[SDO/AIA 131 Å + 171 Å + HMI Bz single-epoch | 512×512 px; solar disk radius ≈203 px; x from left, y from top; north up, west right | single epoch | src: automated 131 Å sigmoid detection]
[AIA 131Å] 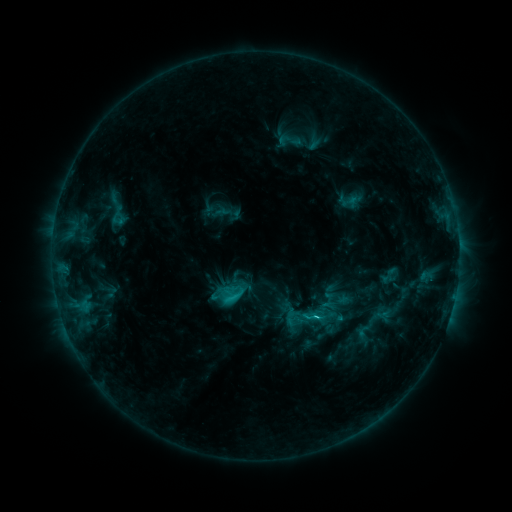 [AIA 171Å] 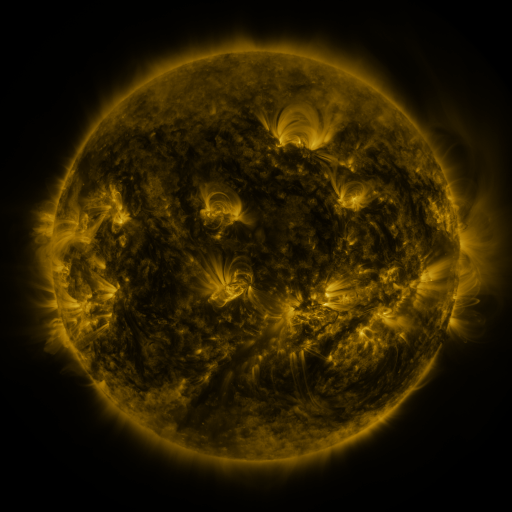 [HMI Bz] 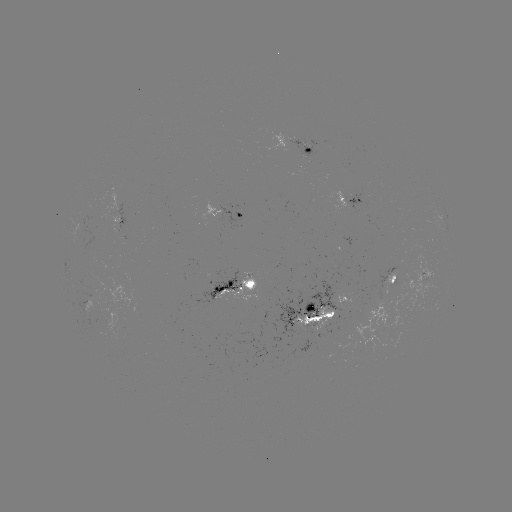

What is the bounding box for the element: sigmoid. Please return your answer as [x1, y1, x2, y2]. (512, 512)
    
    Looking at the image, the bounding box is [275, 128, 307, 153].